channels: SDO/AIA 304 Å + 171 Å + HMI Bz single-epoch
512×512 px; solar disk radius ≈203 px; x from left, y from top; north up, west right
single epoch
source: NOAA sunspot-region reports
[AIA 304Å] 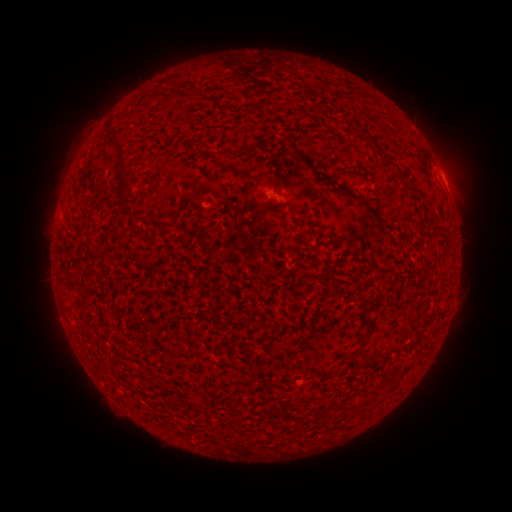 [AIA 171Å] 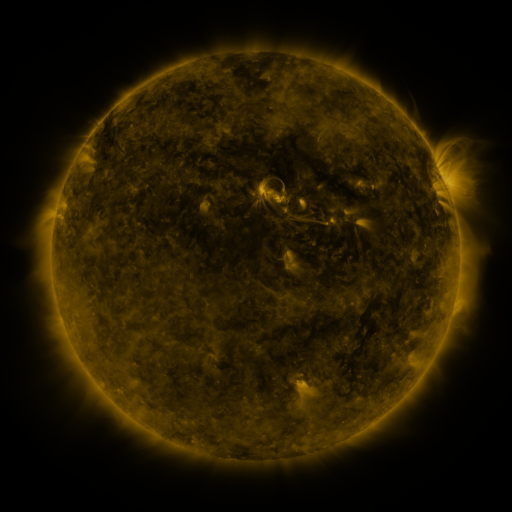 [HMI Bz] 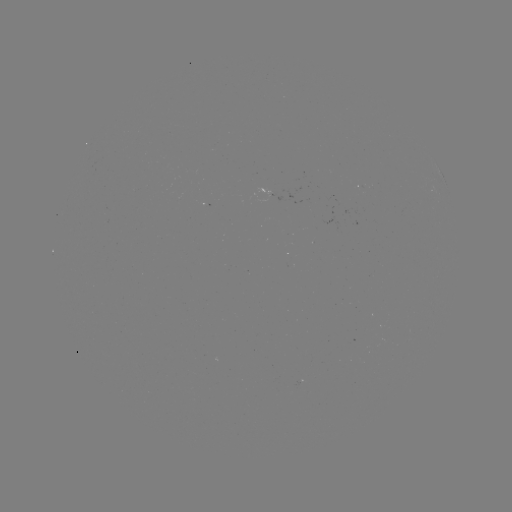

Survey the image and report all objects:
spotted active region: (445, 182)
spotted active region: (272, 194)
